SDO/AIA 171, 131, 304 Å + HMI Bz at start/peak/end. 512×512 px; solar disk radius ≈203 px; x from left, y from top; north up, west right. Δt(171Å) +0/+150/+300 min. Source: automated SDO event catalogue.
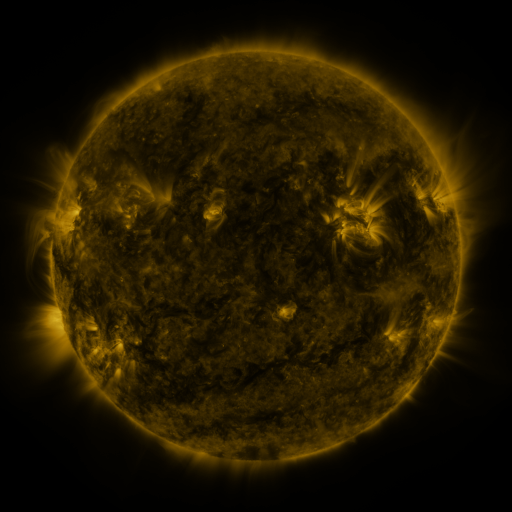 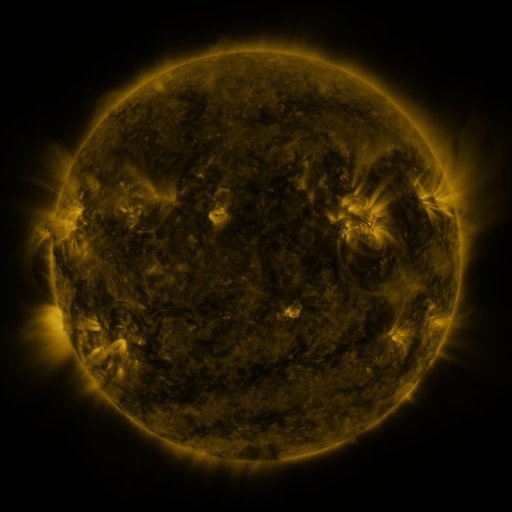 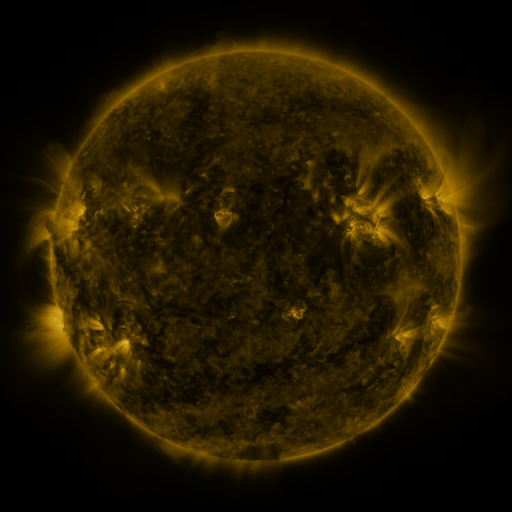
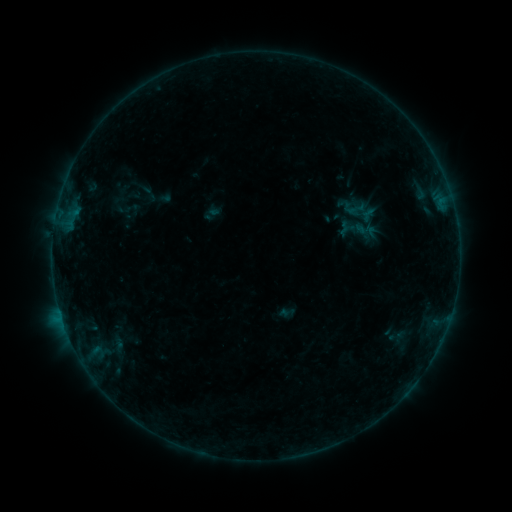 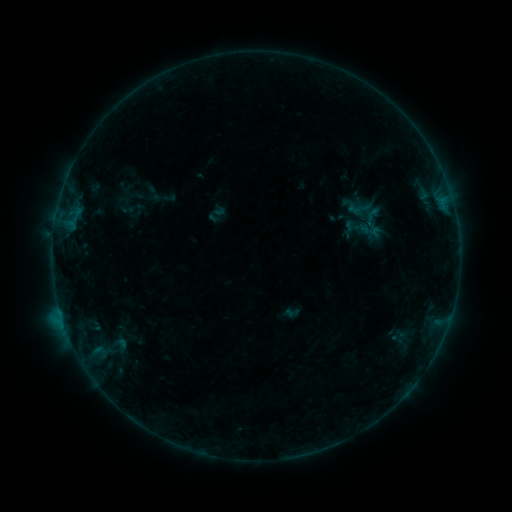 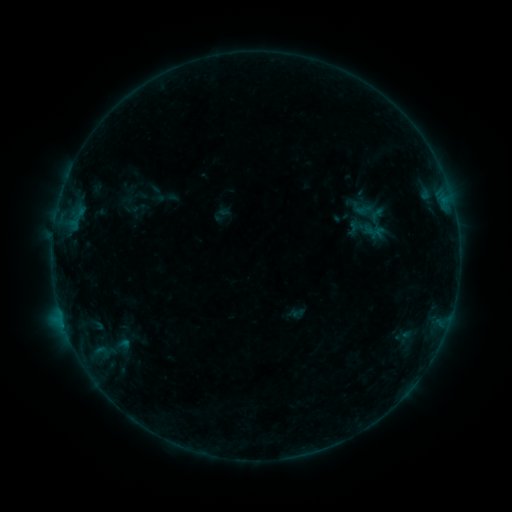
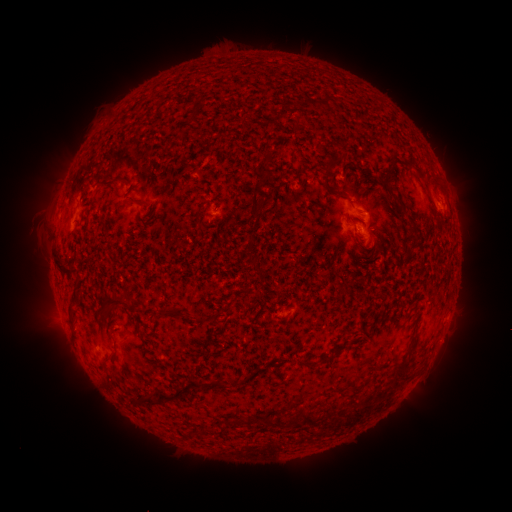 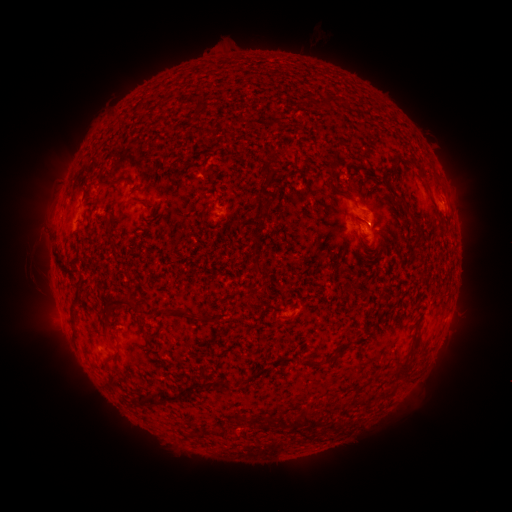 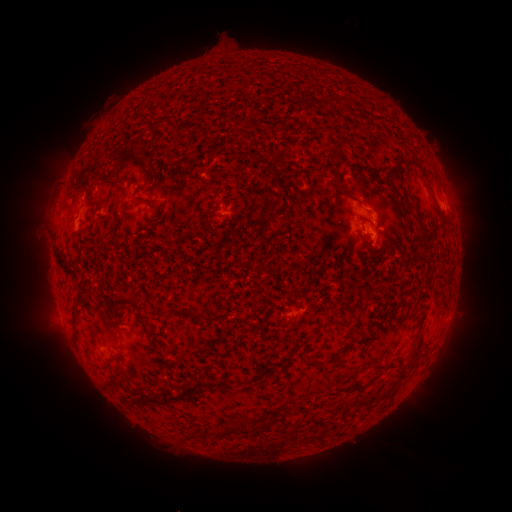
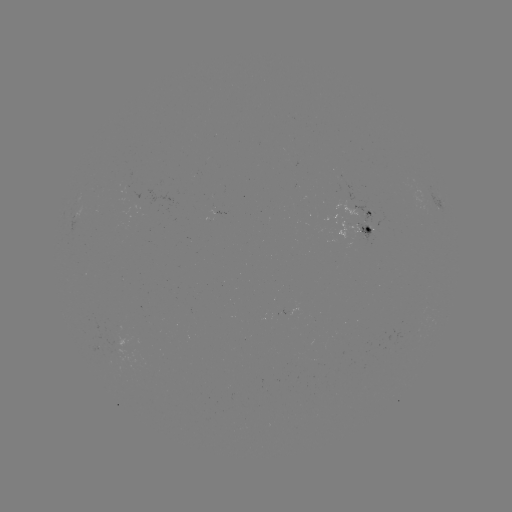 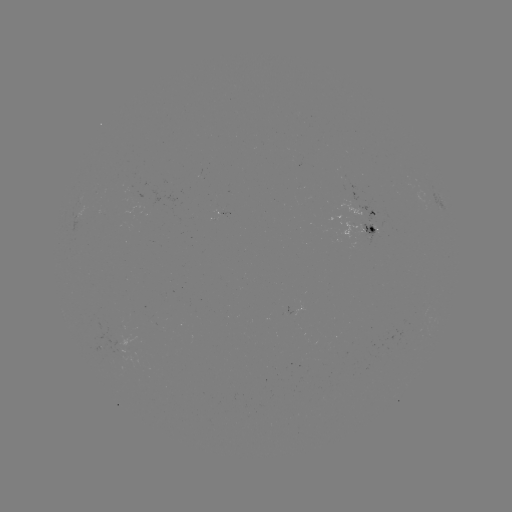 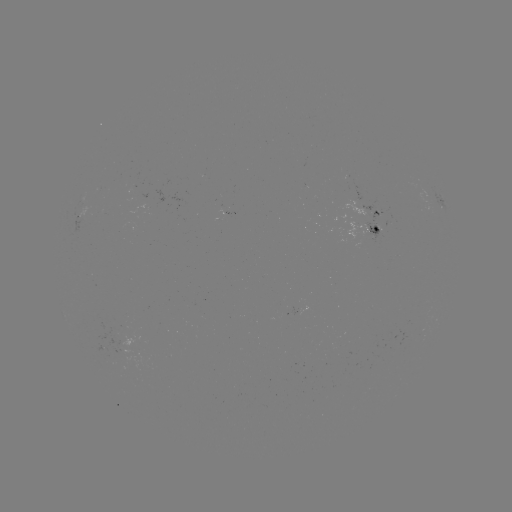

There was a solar filament eruption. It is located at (343, 37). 